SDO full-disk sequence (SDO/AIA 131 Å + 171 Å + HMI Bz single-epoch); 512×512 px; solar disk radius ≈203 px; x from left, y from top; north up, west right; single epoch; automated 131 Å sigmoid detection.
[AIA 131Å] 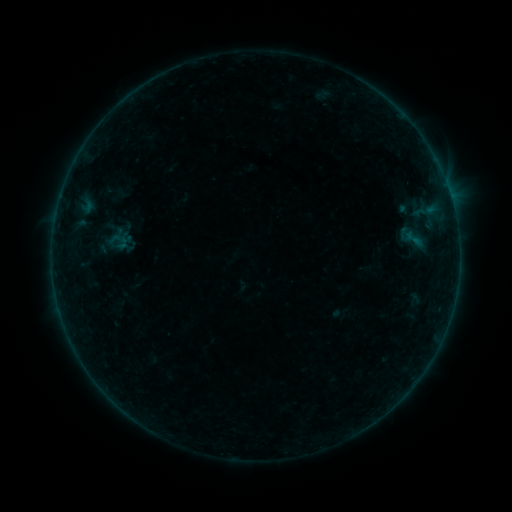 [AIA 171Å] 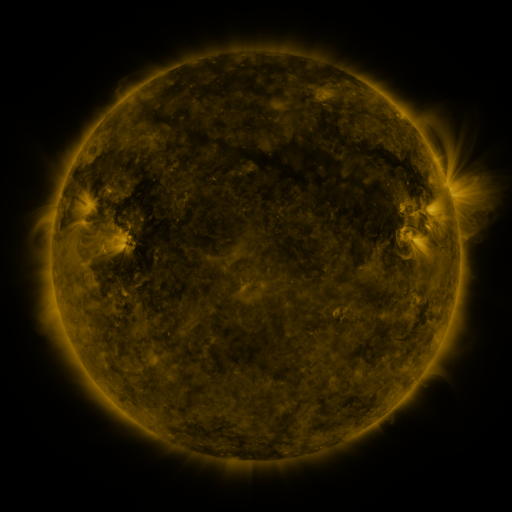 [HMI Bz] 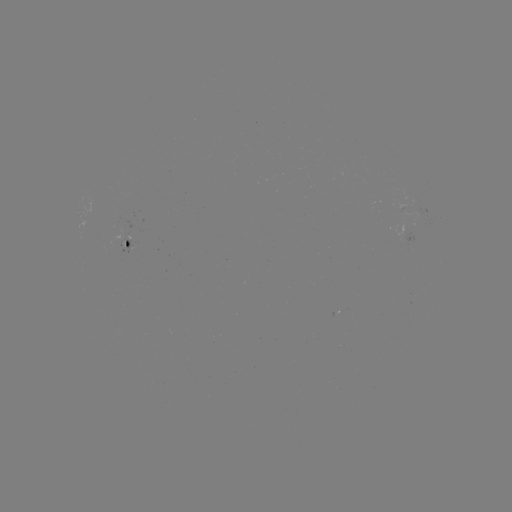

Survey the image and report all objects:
sigmoid: <bbox>401, 228, 426, 249</bbox>
